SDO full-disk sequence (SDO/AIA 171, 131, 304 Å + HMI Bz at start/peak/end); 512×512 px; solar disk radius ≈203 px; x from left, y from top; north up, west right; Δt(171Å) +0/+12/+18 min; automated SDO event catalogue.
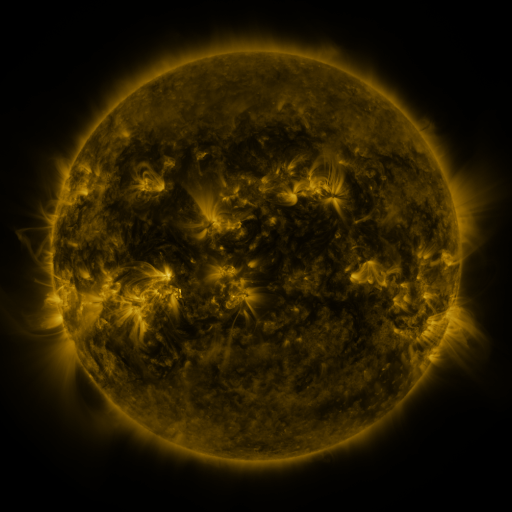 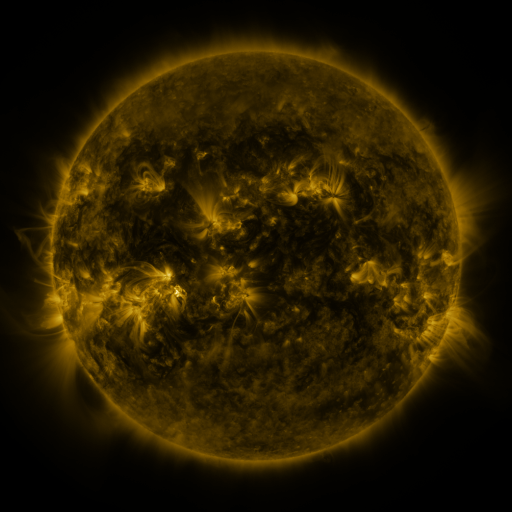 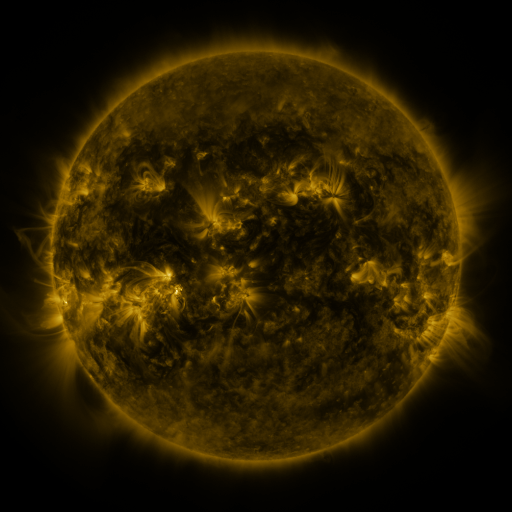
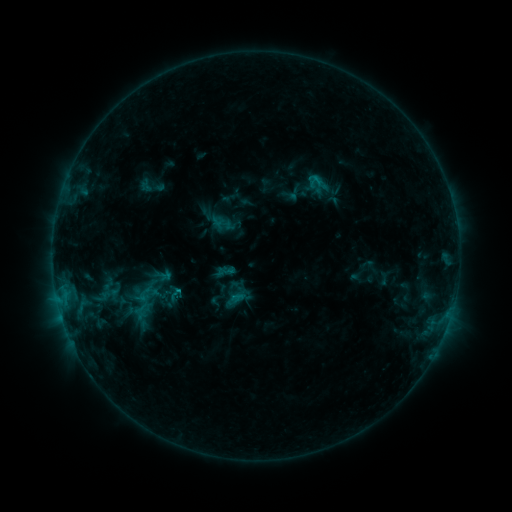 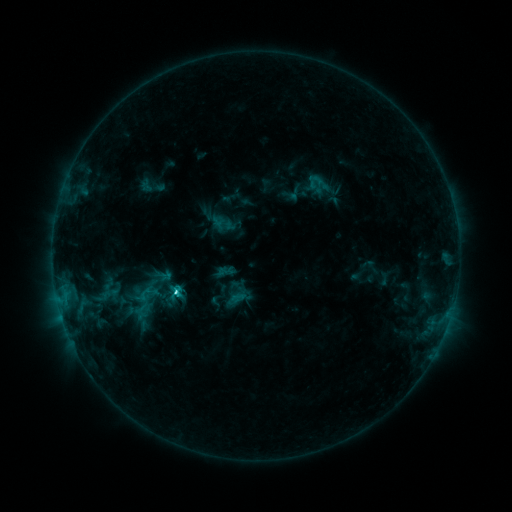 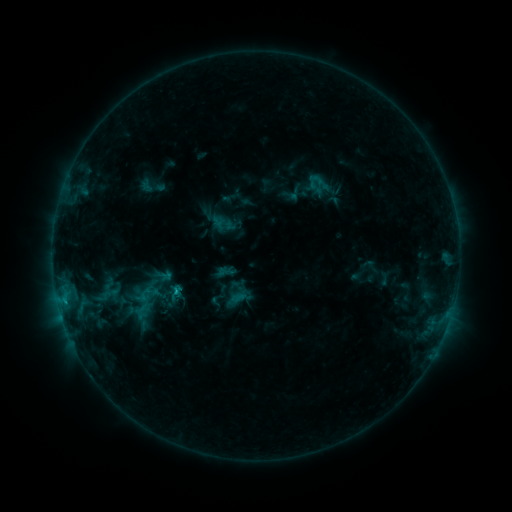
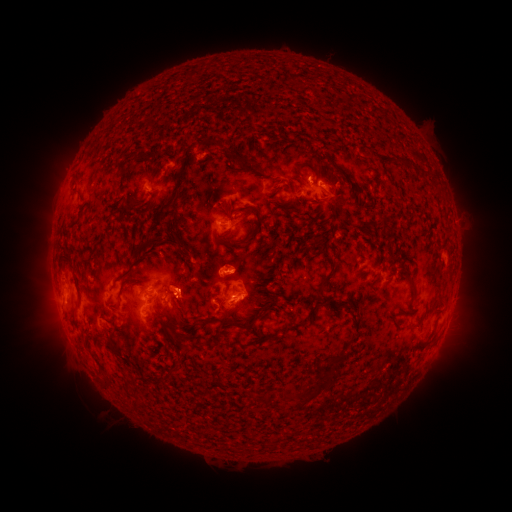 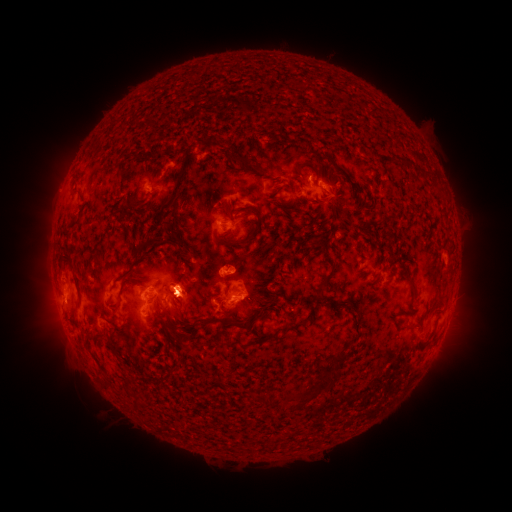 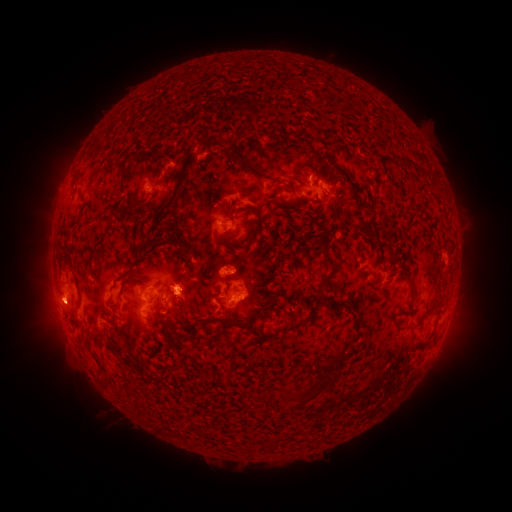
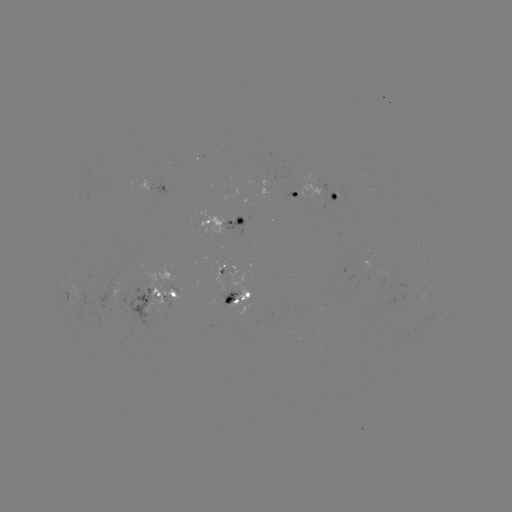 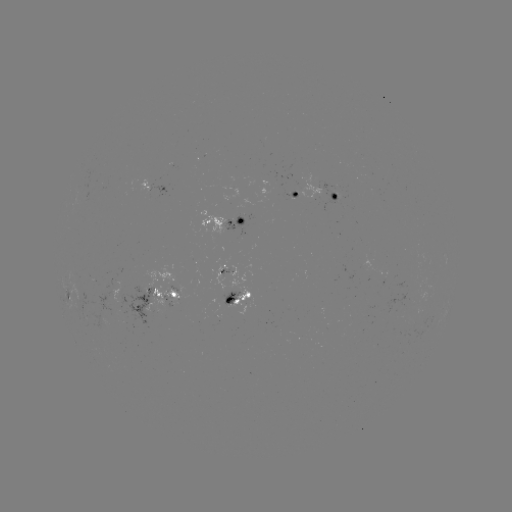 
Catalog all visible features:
C3.6 flare: (179, 290)
